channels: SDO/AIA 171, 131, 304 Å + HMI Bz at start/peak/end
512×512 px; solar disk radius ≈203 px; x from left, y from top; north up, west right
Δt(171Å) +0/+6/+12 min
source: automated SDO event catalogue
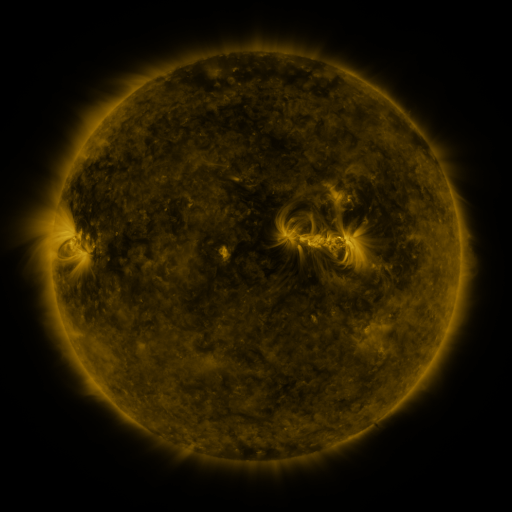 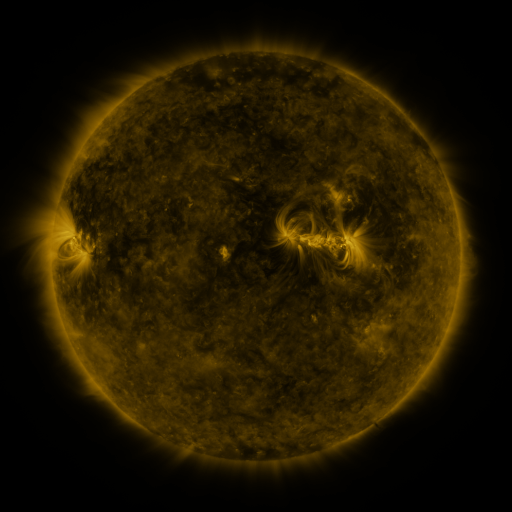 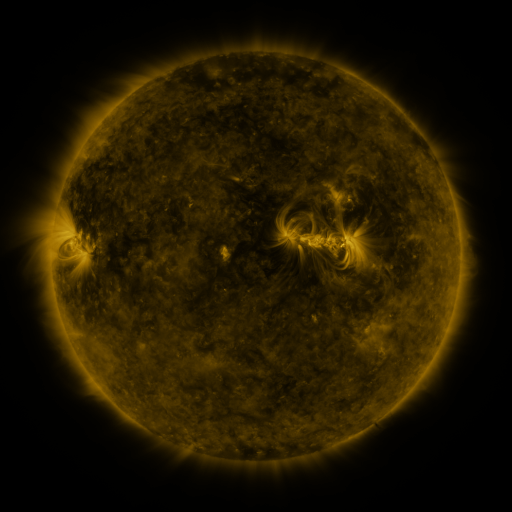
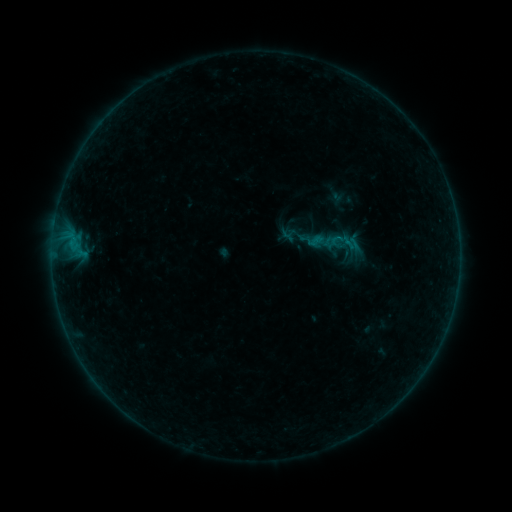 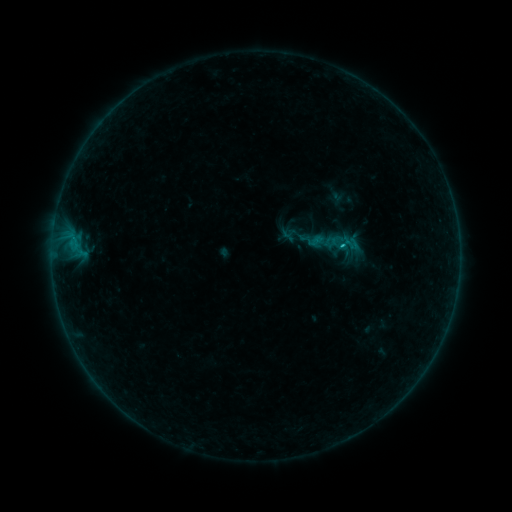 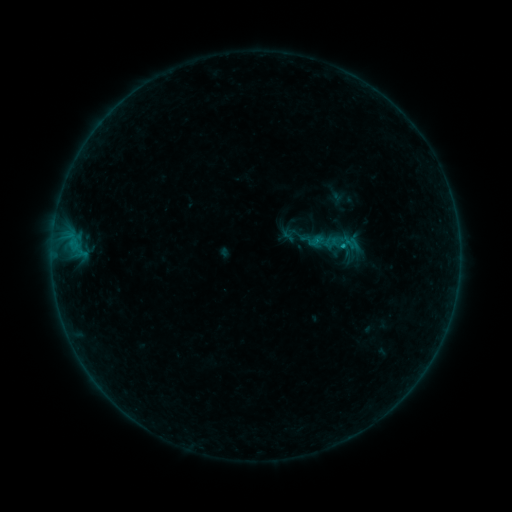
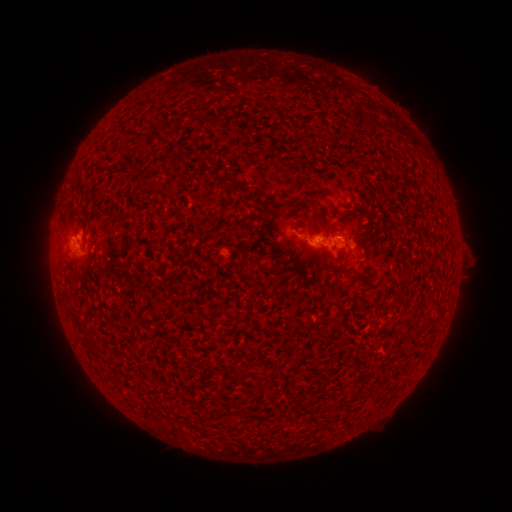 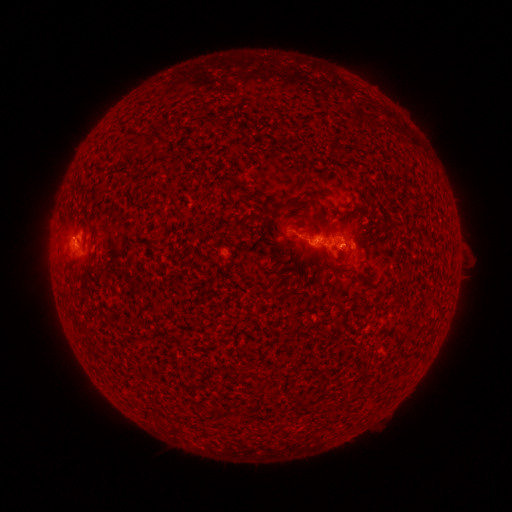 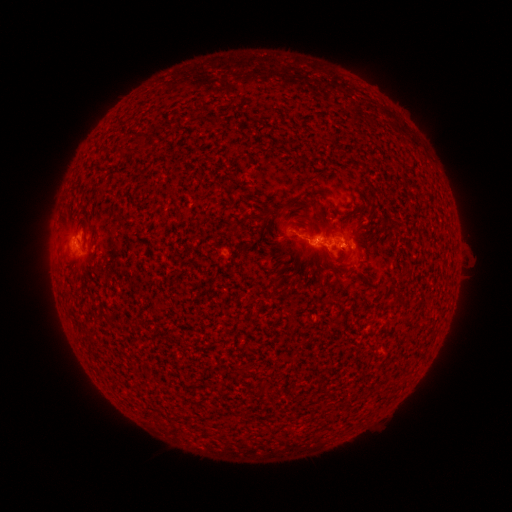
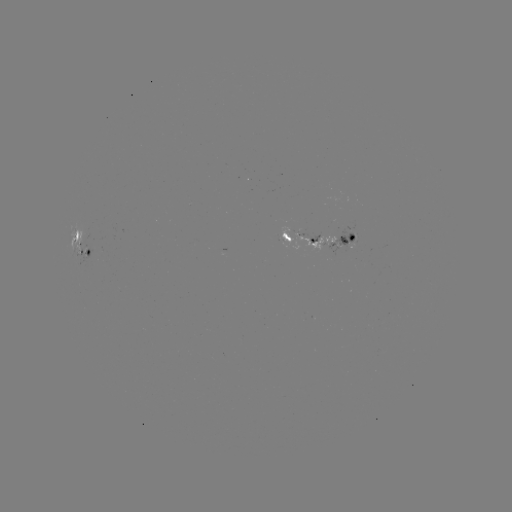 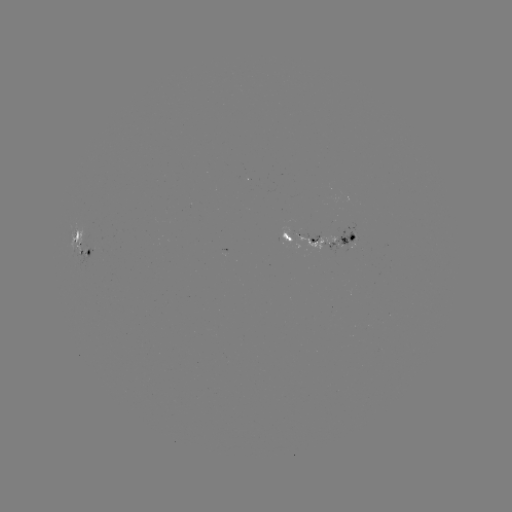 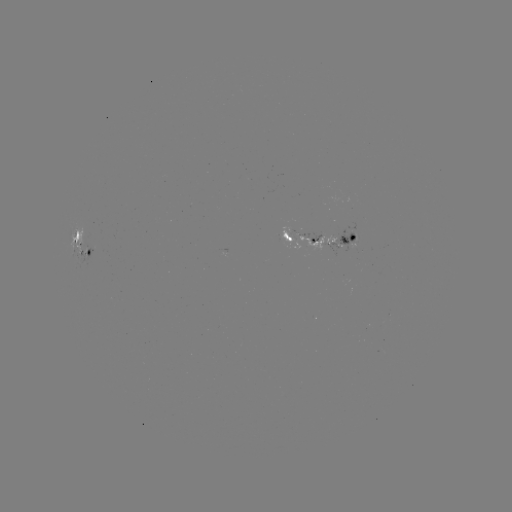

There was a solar flare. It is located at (341, 246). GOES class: B4.3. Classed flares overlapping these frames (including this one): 1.